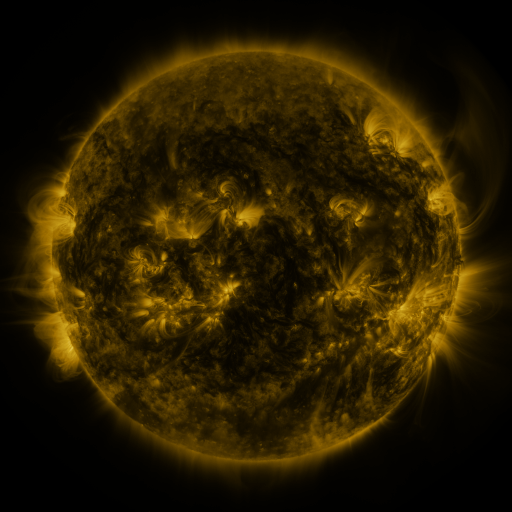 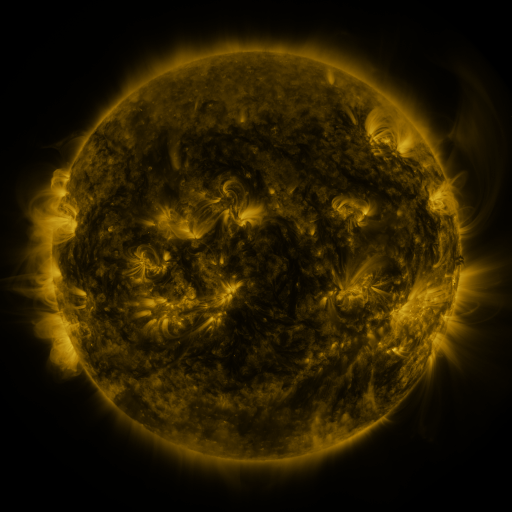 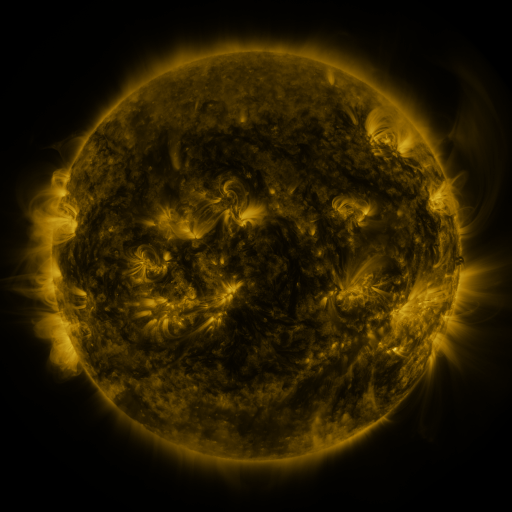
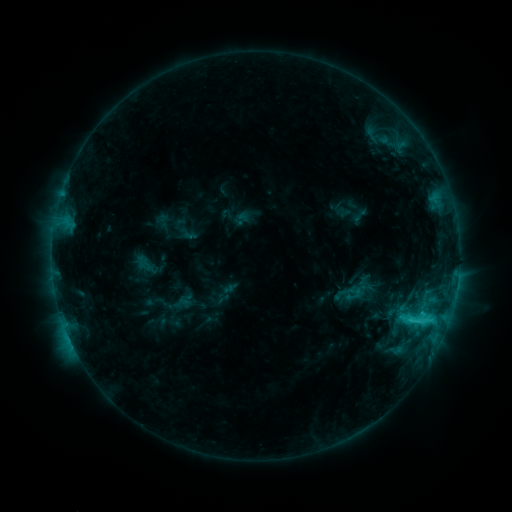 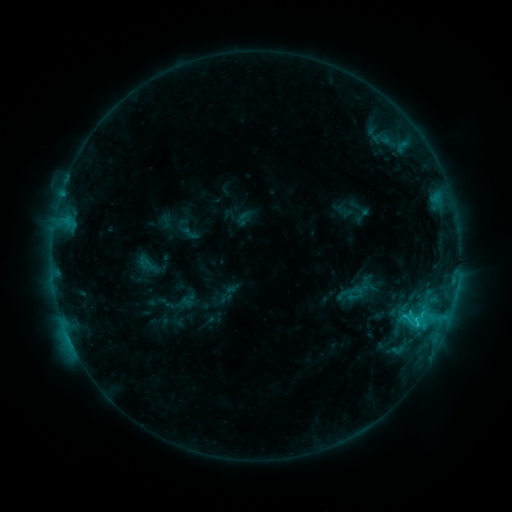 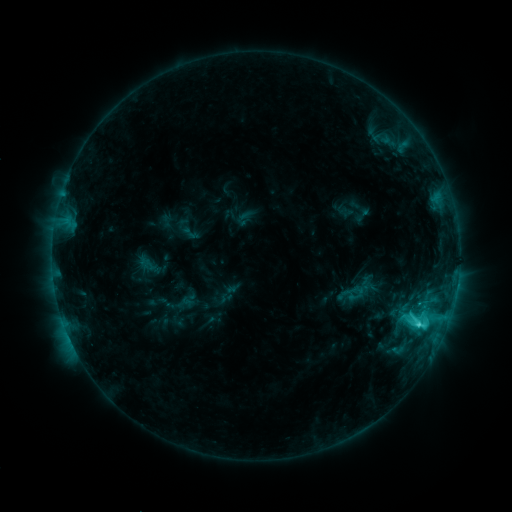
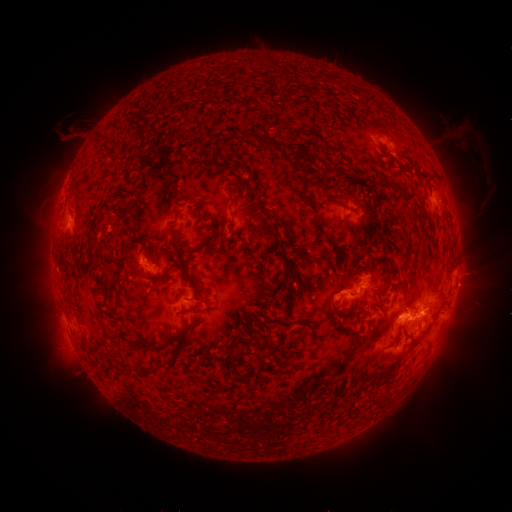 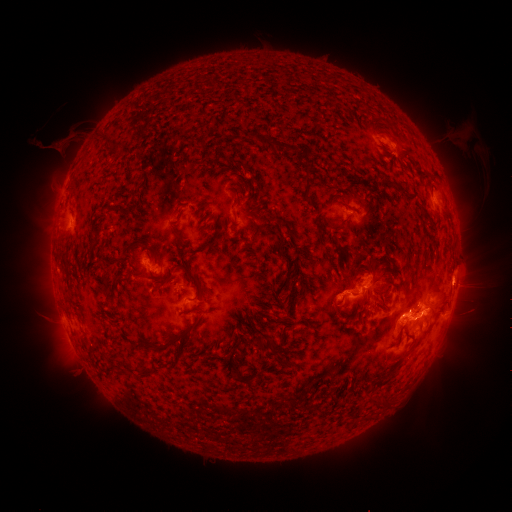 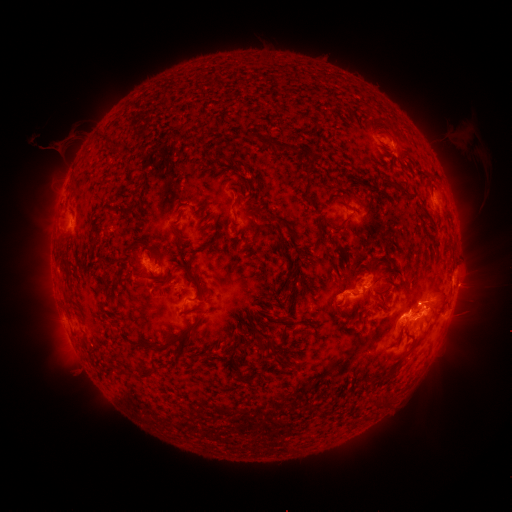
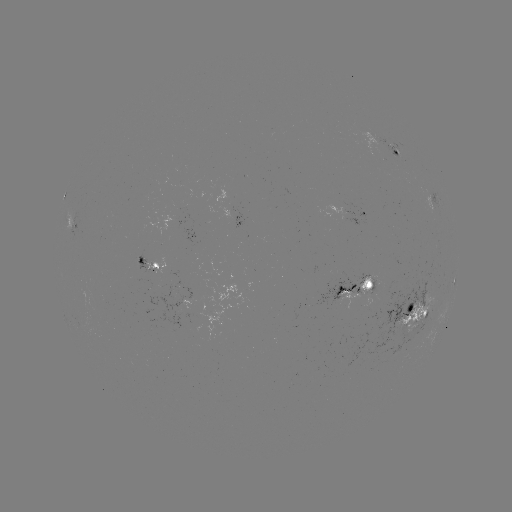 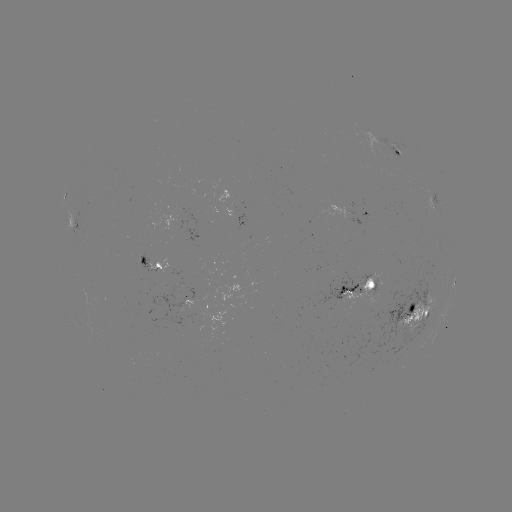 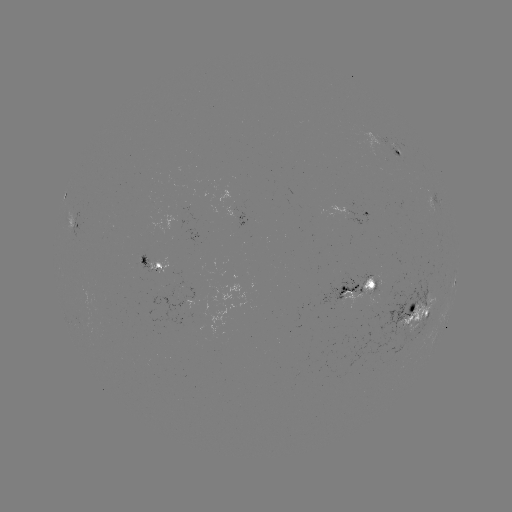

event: emerging-flux region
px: (362, 282)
